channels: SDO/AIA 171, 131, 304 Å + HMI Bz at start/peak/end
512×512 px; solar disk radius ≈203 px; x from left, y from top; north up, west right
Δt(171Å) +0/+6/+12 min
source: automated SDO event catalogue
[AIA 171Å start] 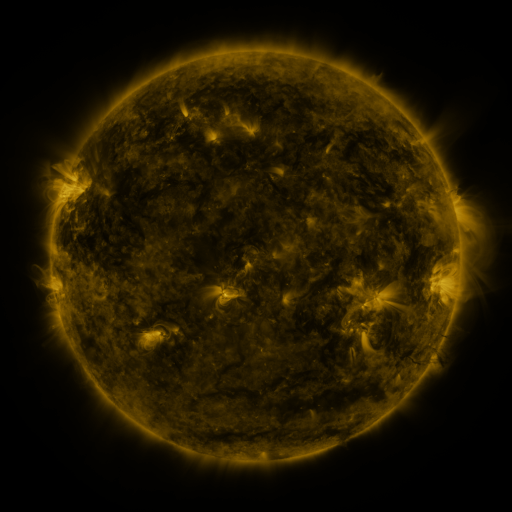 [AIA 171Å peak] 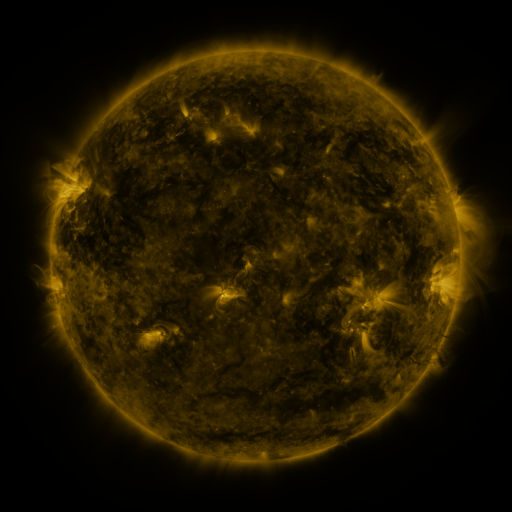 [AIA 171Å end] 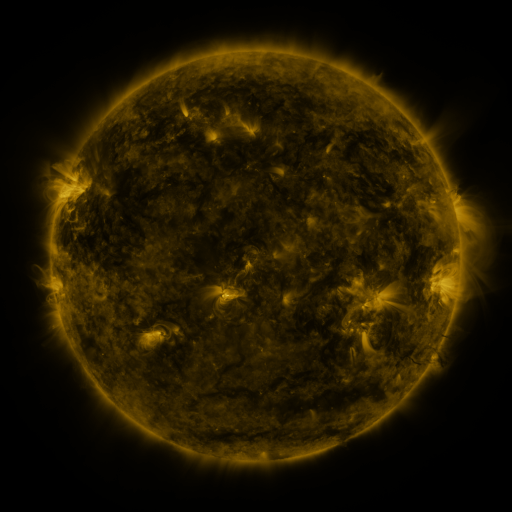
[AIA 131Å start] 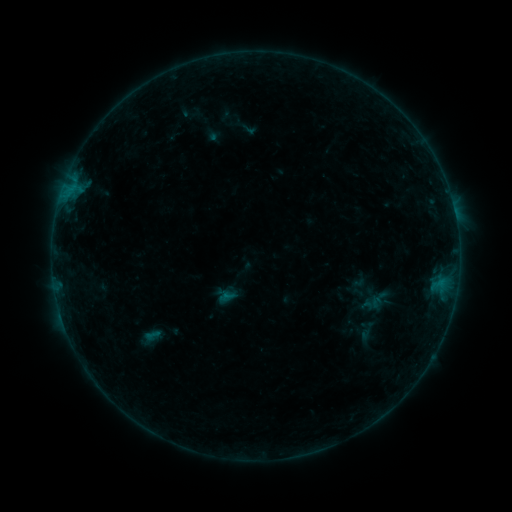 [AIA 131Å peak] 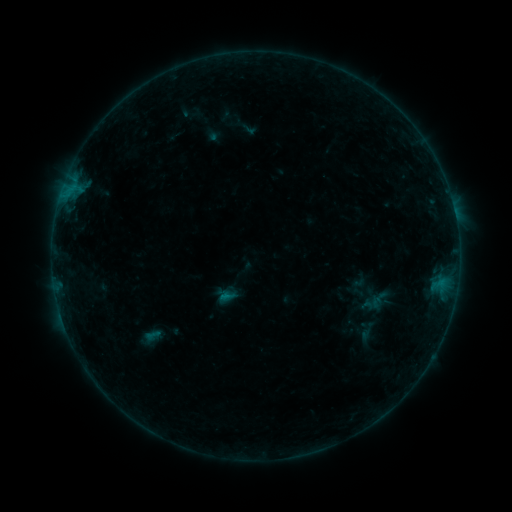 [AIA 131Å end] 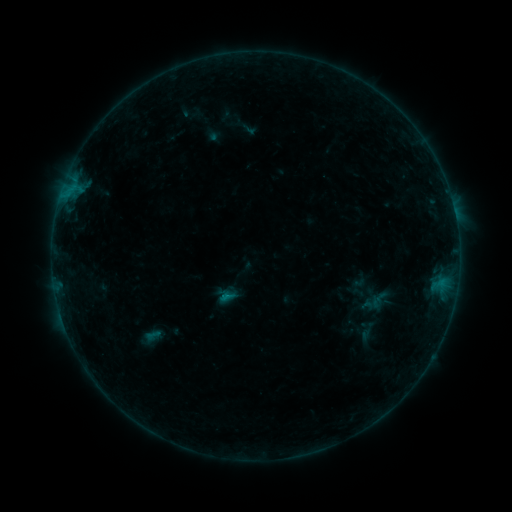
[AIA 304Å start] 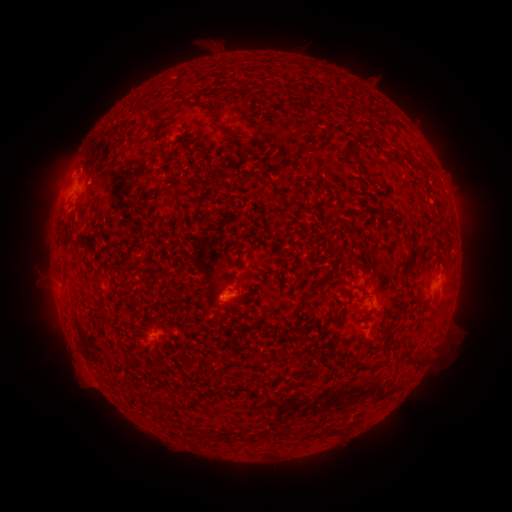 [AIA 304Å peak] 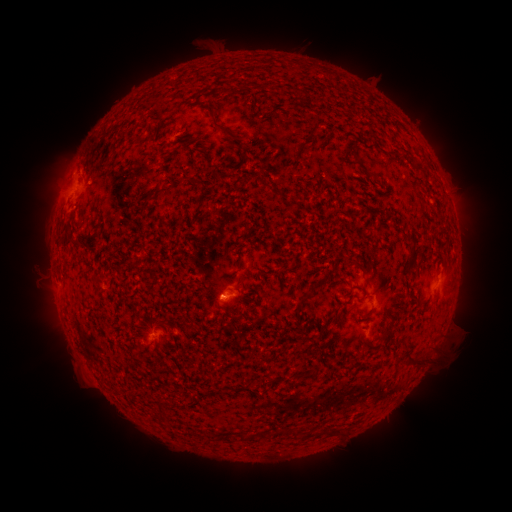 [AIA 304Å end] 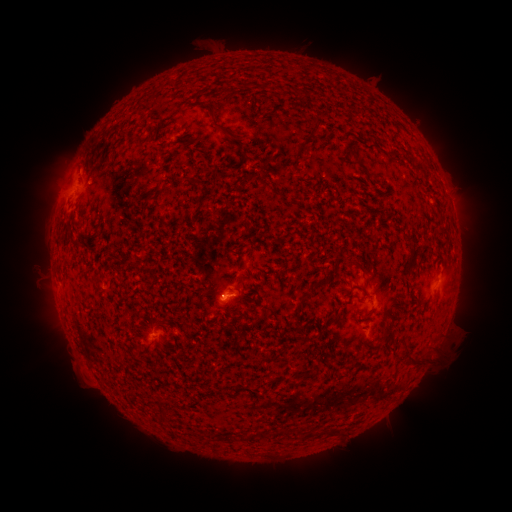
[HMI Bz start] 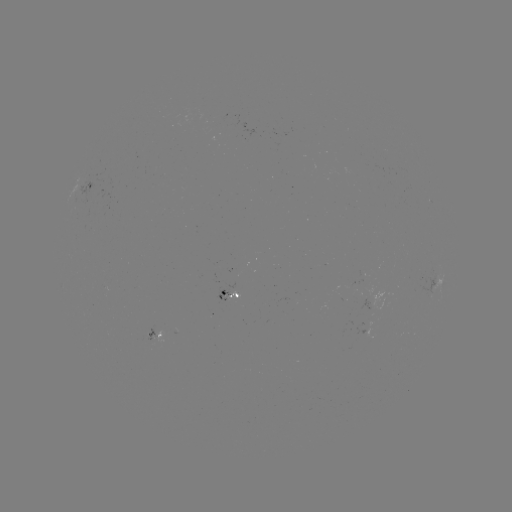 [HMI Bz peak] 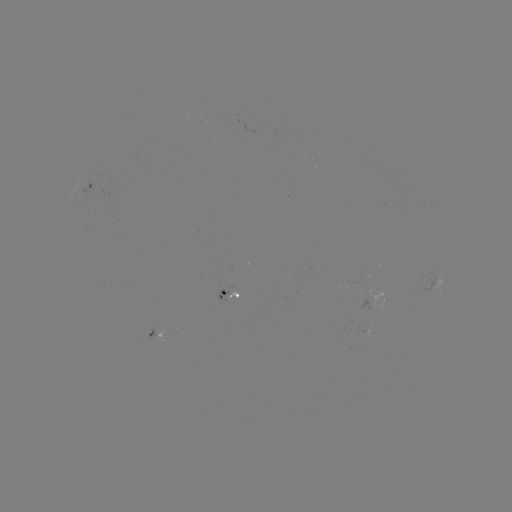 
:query B3.5 flare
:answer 225,294